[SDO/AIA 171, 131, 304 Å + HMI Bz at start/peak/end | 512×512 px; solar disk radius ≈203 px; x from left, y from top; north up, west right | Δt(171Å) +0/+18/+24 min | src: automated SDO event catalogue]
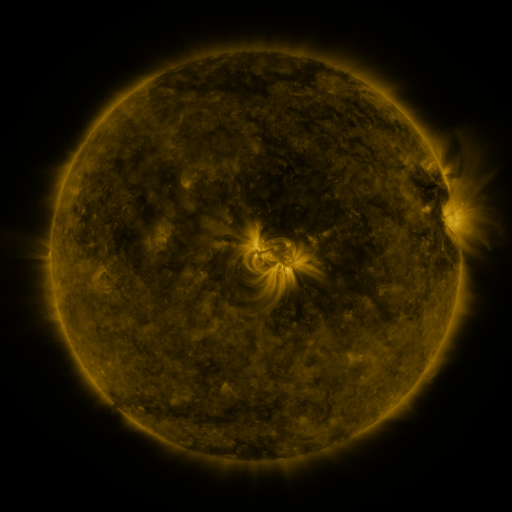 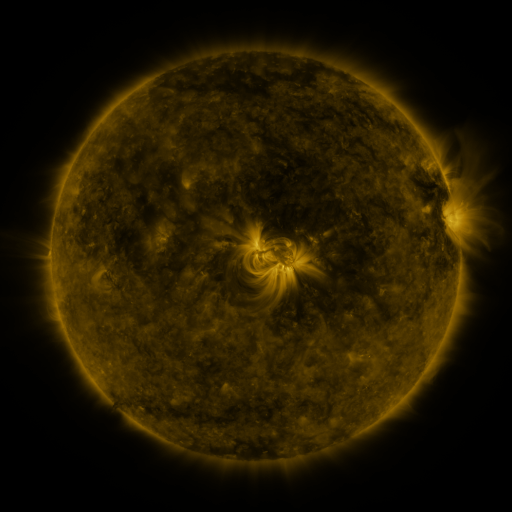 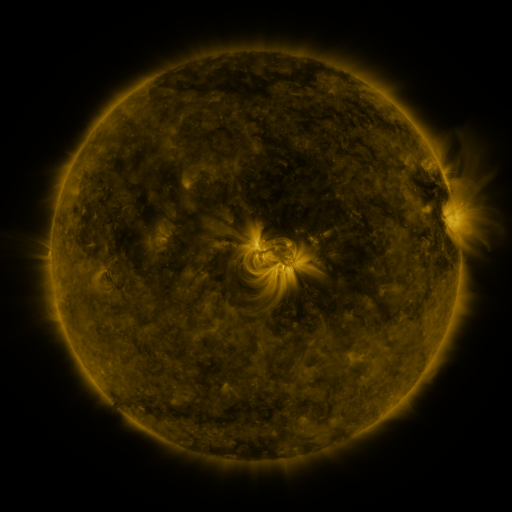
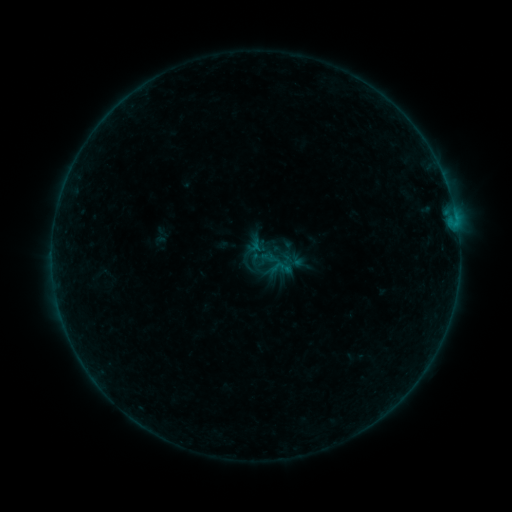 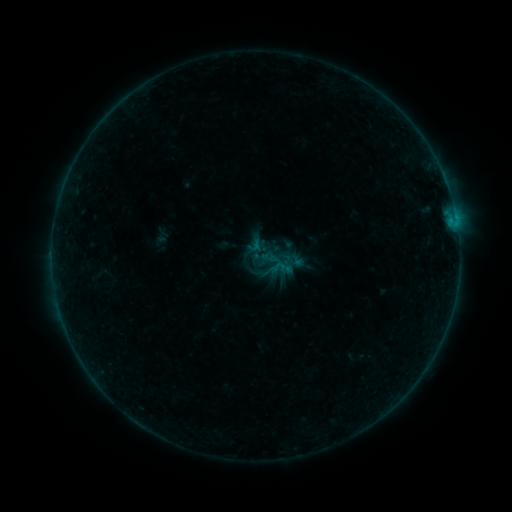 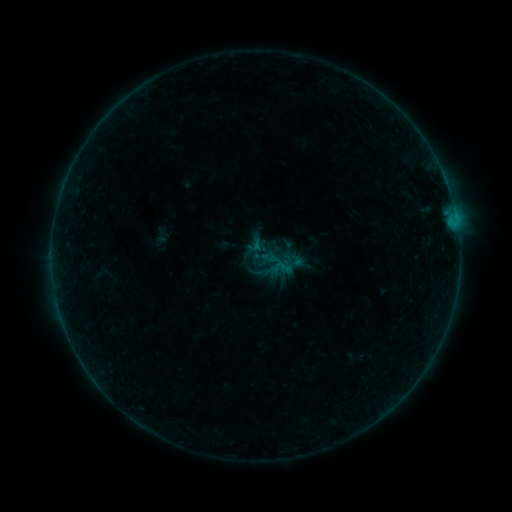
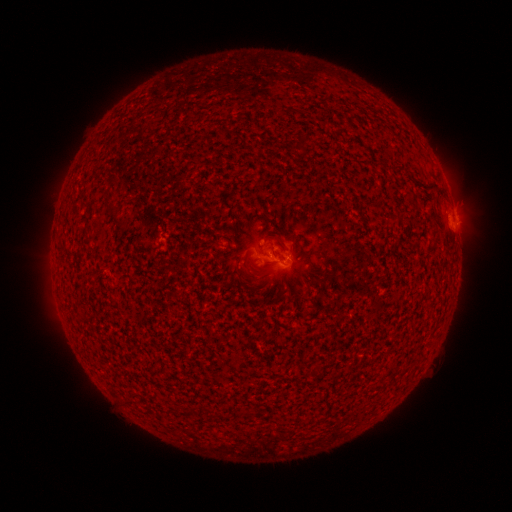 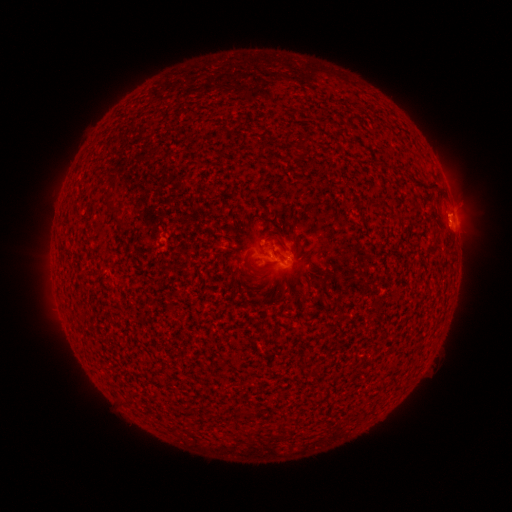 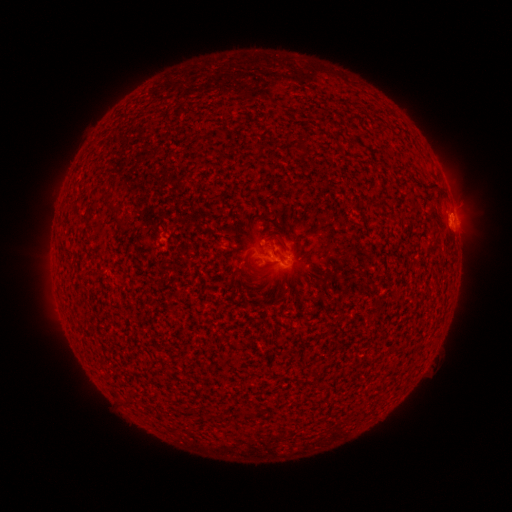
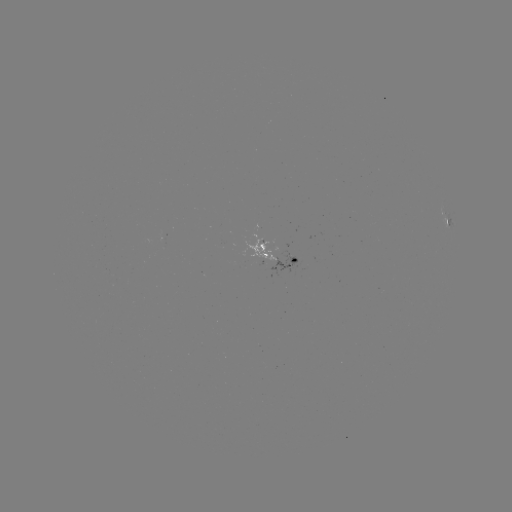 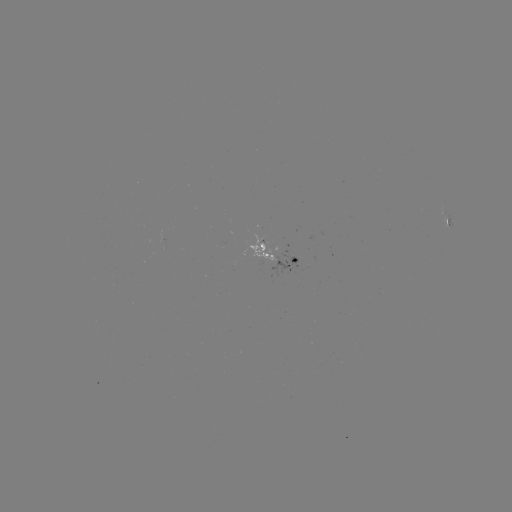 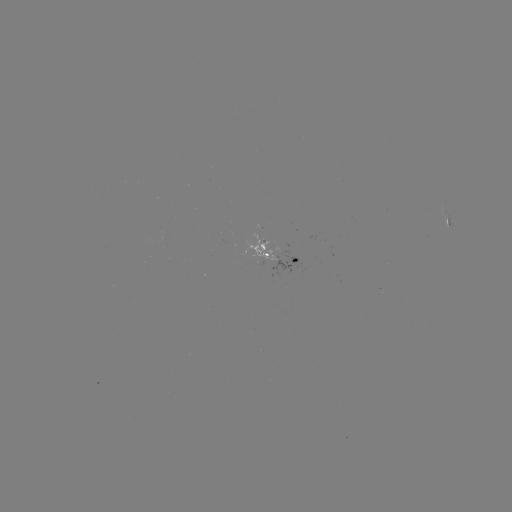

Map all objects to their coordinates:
B1.6 flare: (450, 223)
